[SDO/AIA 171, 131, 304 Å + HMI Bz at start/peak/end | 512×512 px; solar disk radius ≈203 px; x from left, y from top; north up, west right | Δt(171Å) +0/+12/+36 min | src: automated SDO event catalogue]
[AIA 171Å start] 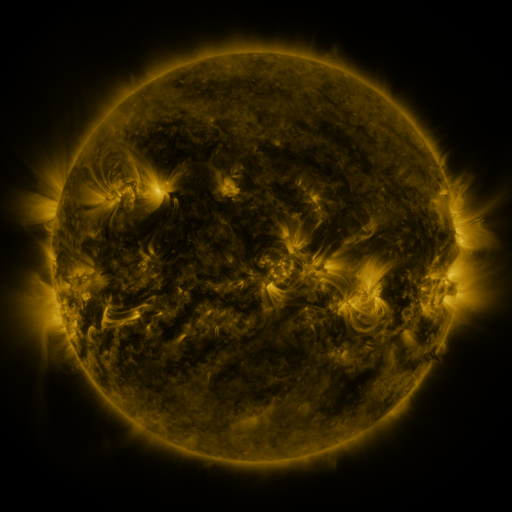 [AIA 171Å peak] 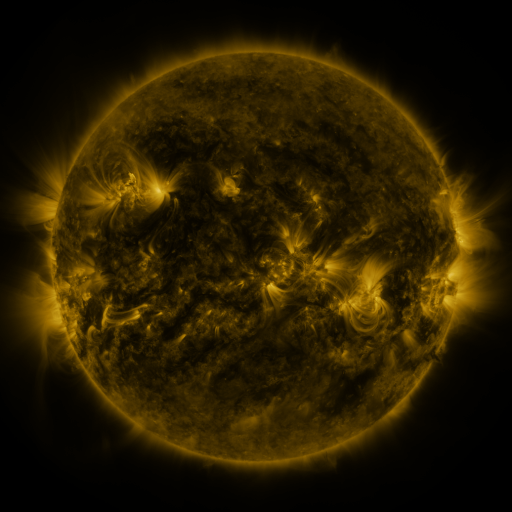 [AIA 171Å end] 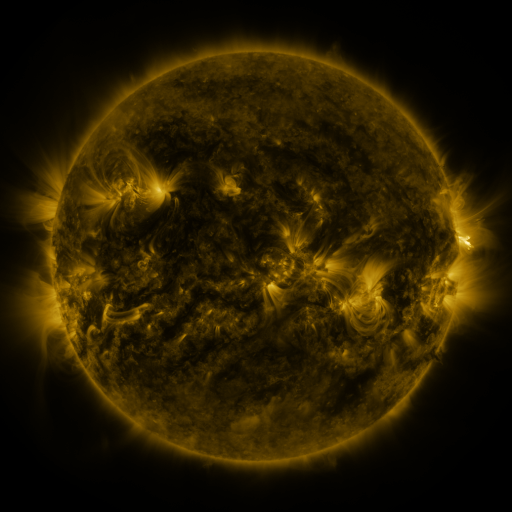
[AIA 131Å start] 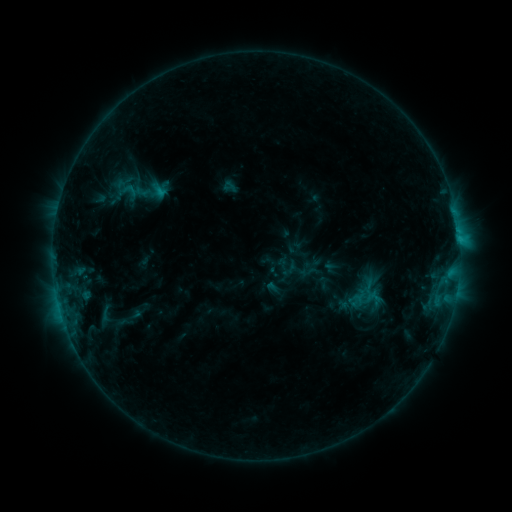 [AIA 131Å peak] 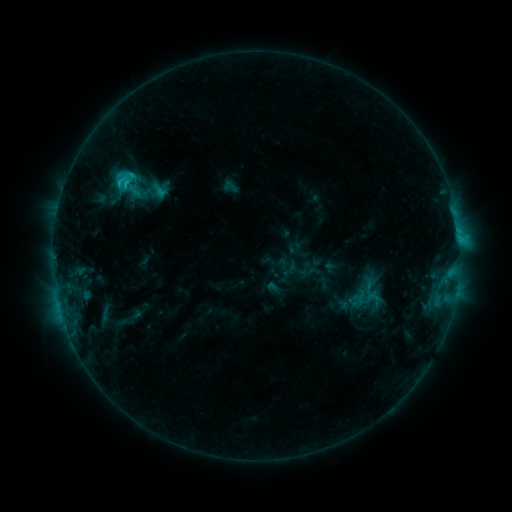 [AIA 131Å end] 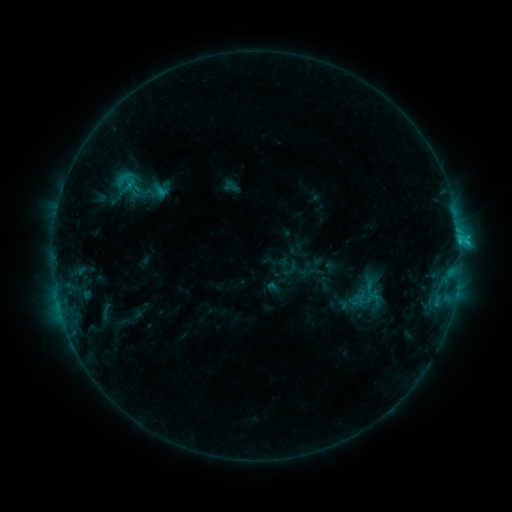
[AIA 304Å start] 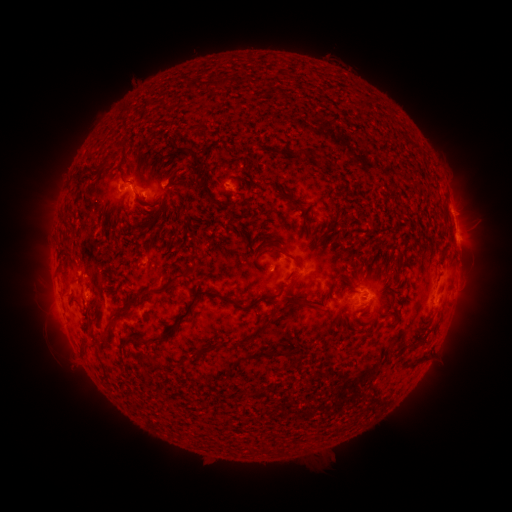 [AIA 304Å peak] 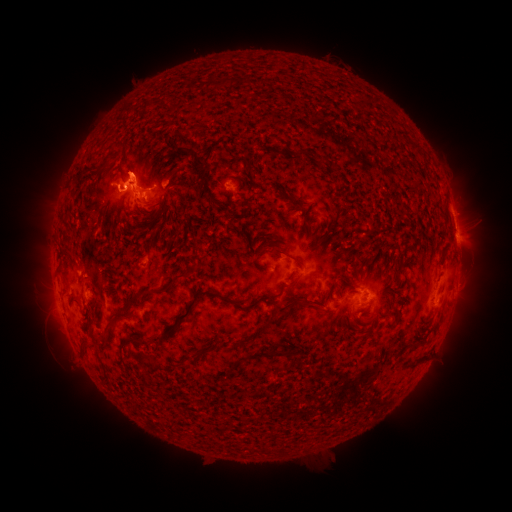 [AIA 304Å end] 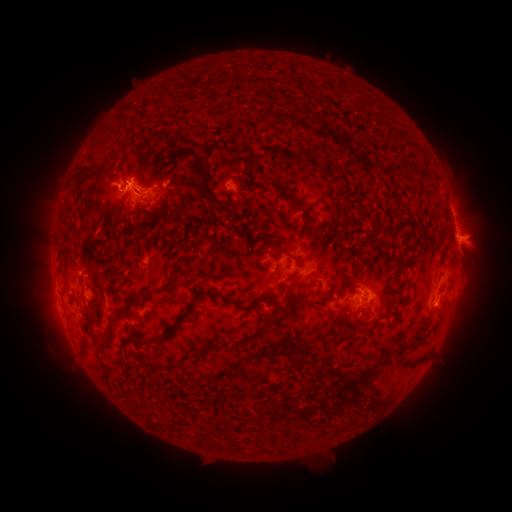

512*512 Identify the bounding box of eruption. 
[104, 136, 165, 198].